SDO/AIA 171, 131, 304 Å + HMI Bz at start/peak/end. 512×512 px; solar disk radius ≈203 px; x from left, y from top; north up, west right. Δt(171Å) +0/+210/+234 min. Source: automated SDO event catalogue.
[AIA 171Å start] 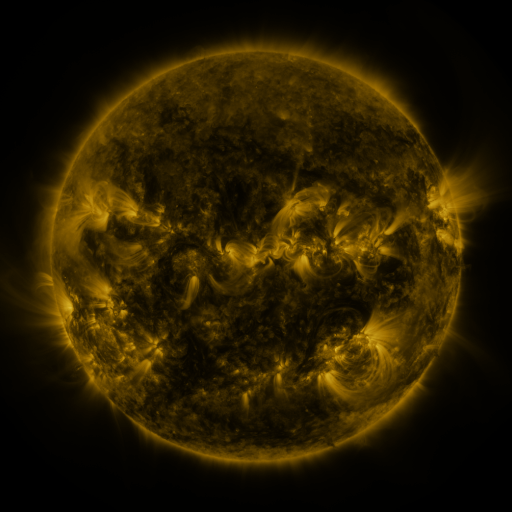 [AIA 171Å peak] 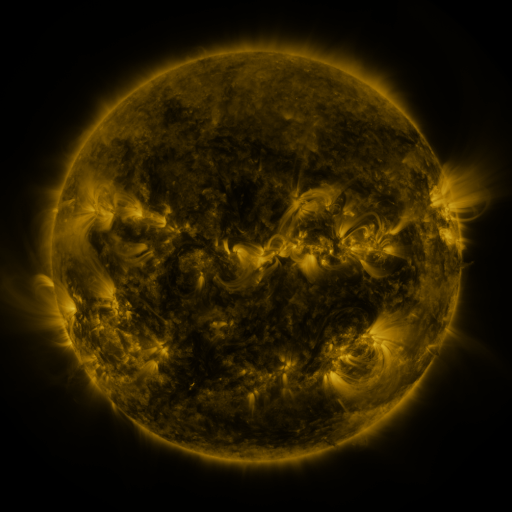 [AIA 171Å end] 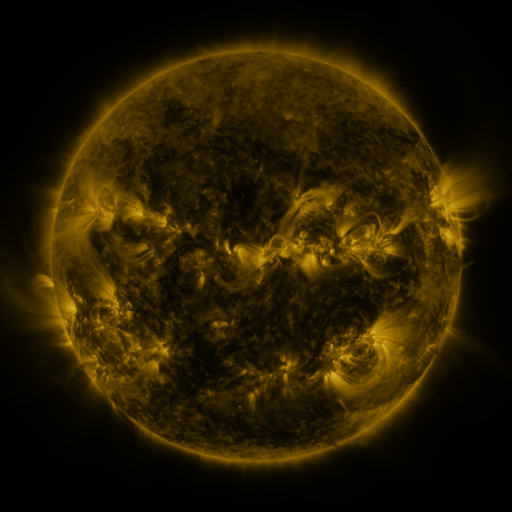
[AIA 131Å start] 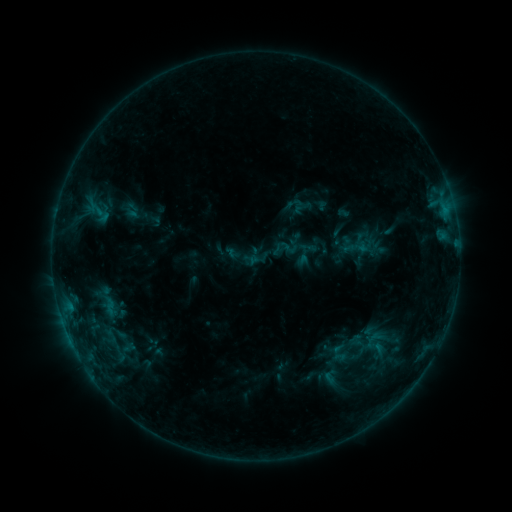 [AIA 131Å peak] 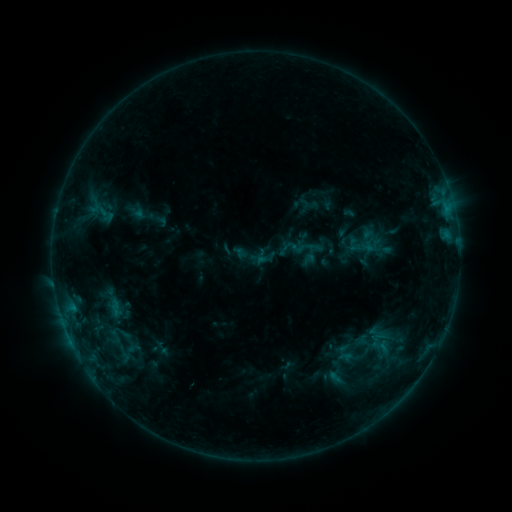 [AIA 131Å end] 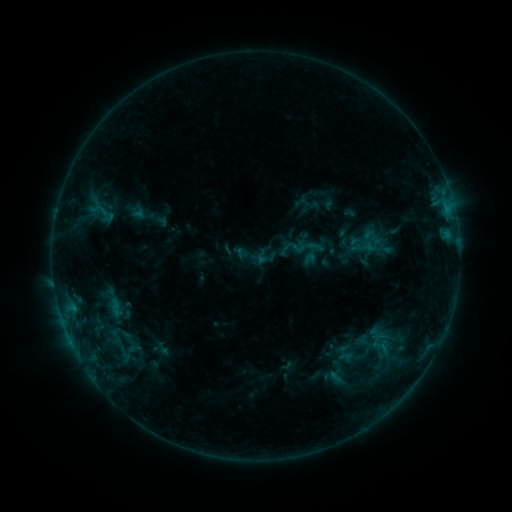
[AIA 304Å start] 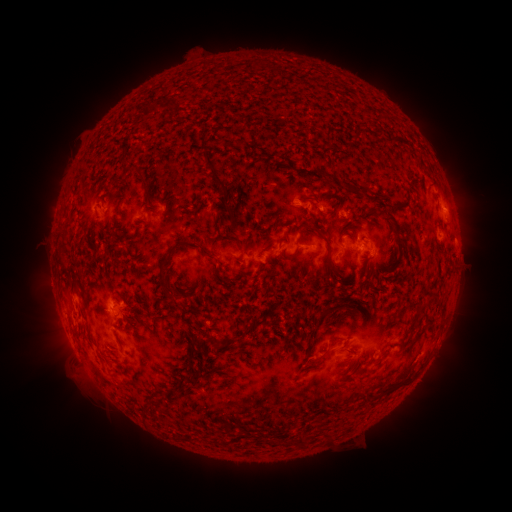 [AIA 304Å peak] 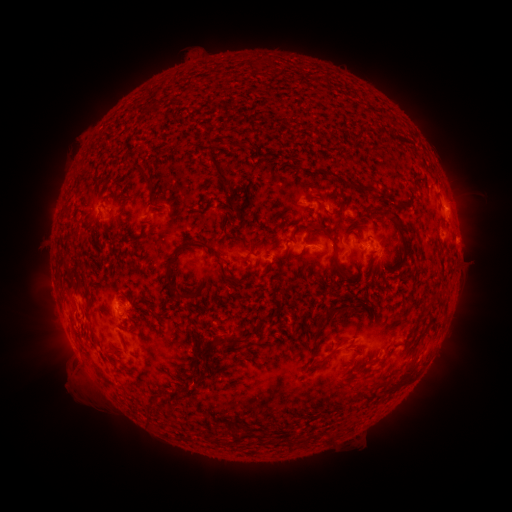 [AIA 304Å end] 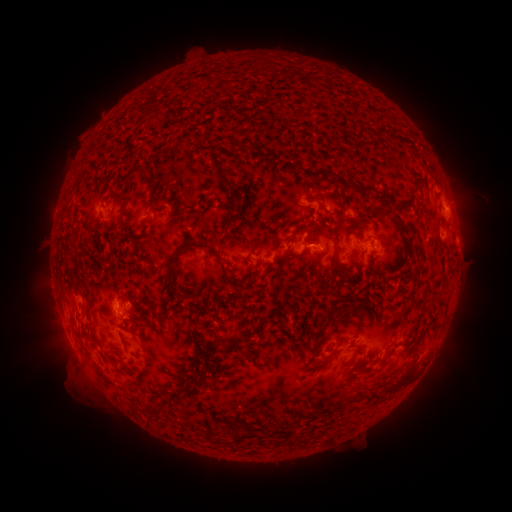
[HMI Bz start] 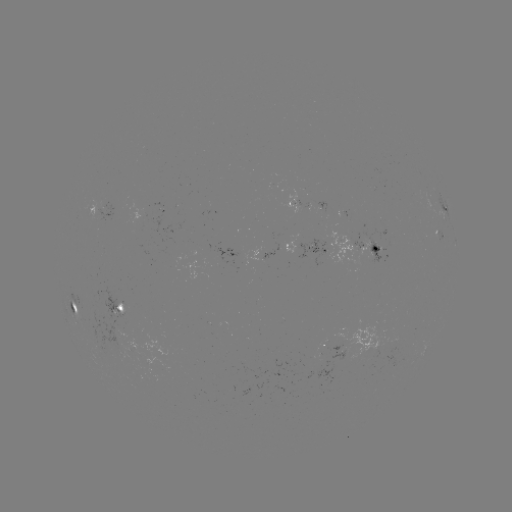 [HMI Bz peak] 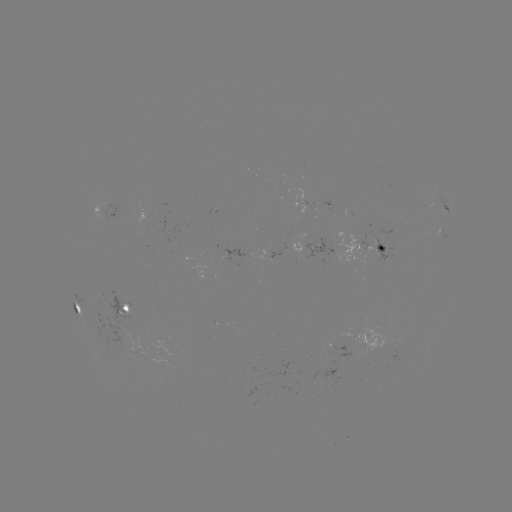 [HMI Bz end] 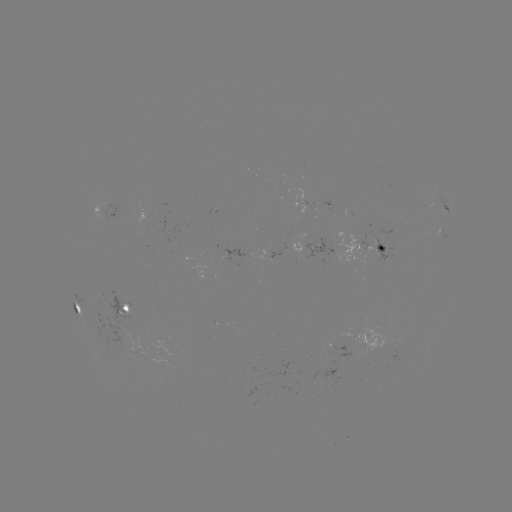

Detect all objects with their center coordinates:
emerging-flux region: (120, 326)
